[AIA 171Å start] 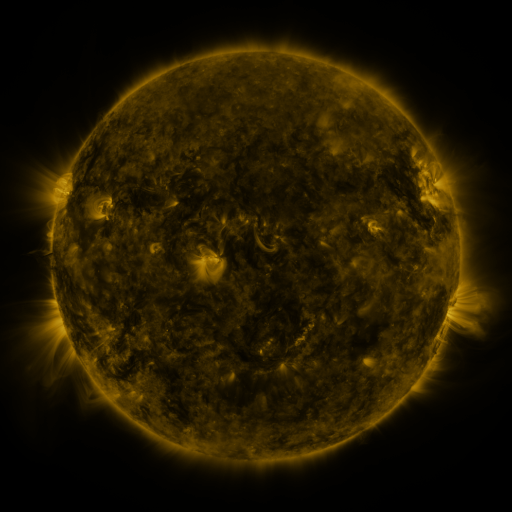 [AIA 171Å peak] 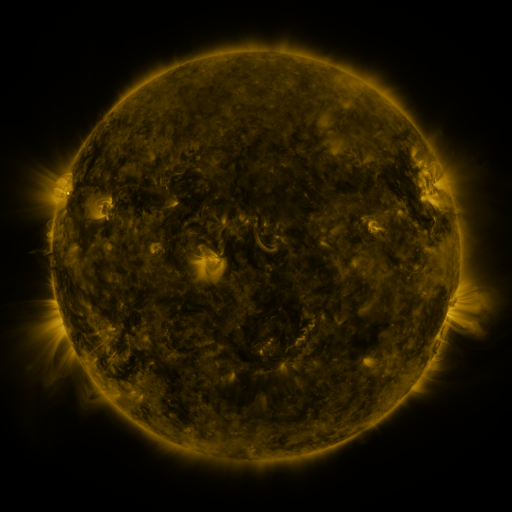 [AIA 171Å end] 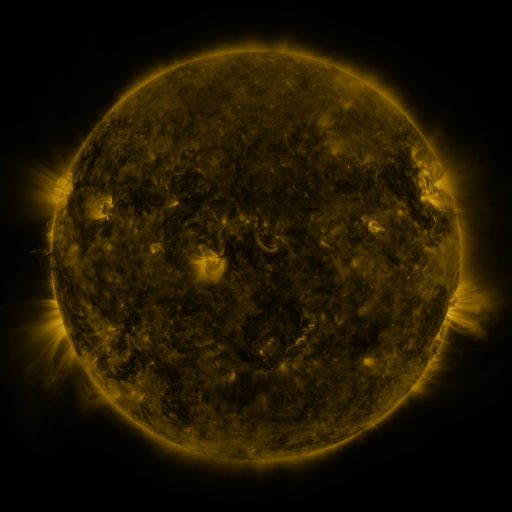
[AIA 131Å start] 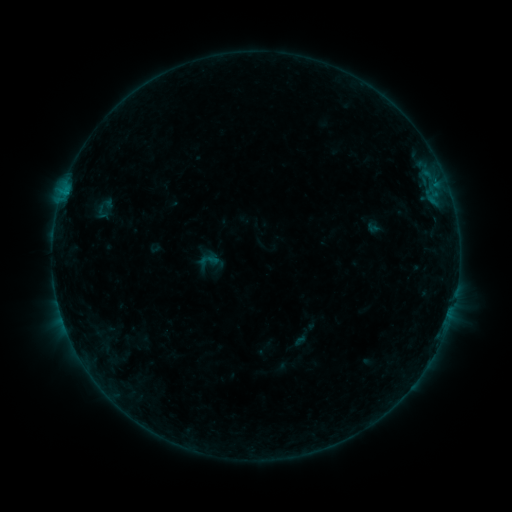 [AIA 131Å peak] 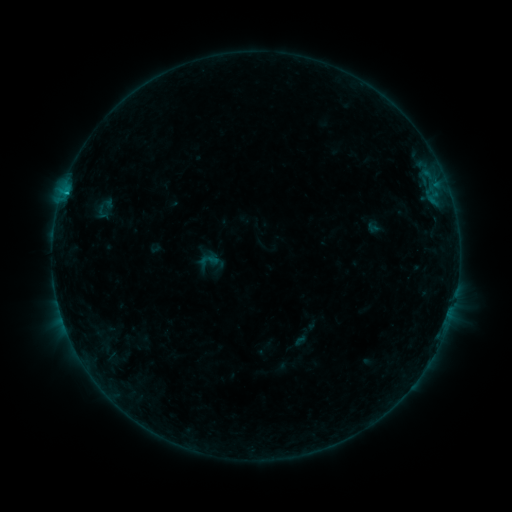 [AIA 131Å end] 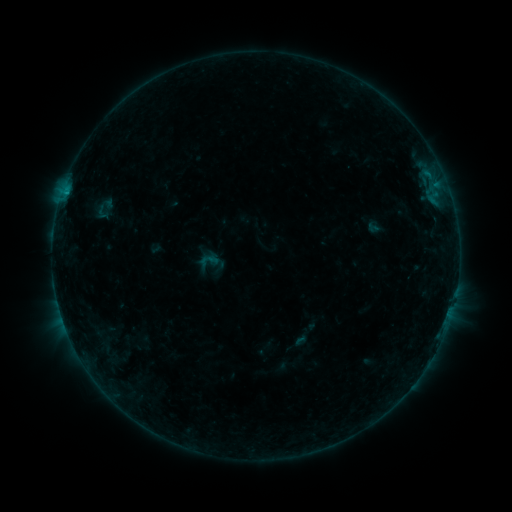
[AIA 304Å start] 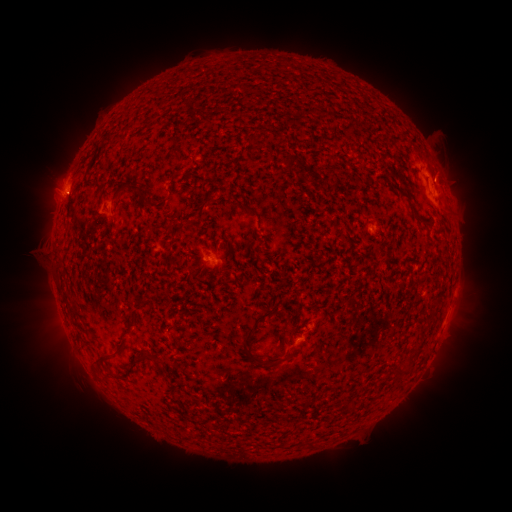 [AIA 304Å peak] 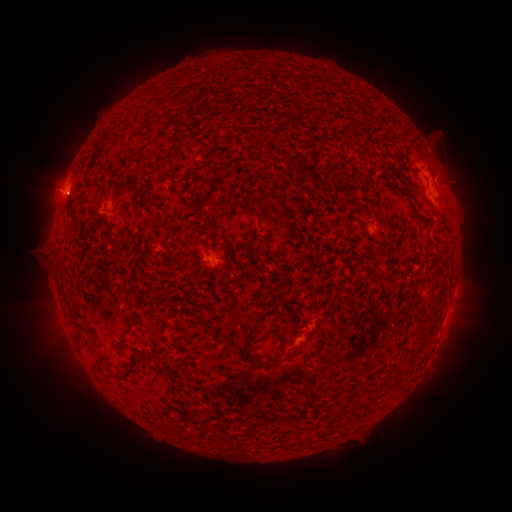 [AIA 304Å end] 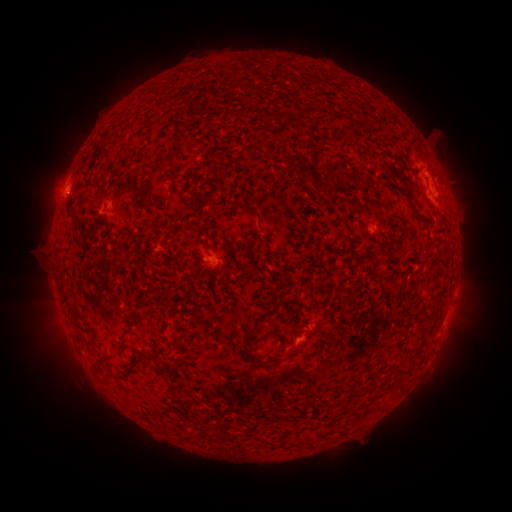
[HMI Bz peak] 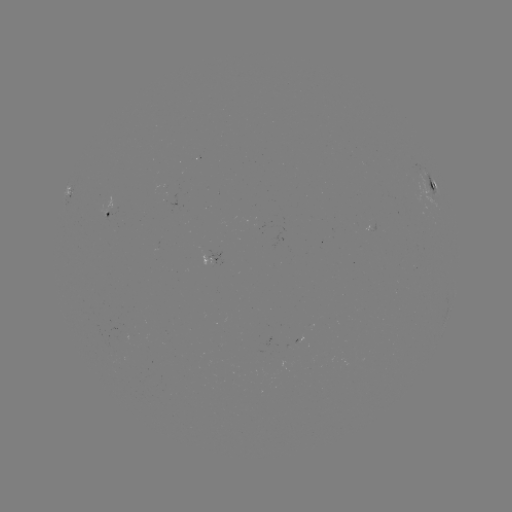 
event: flare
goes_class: B5.5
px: (69, 195)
